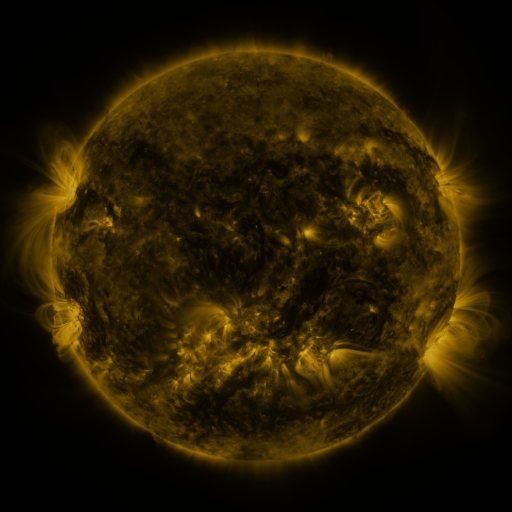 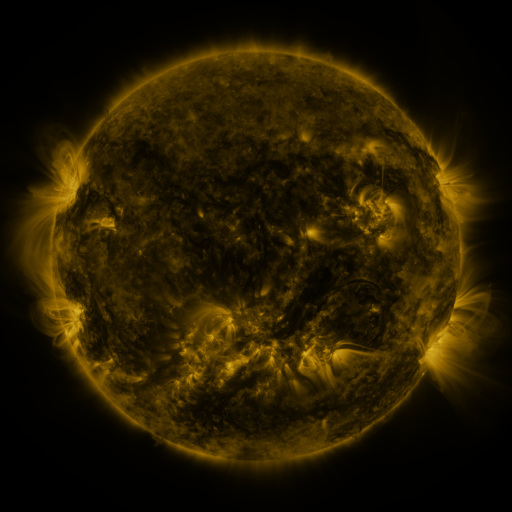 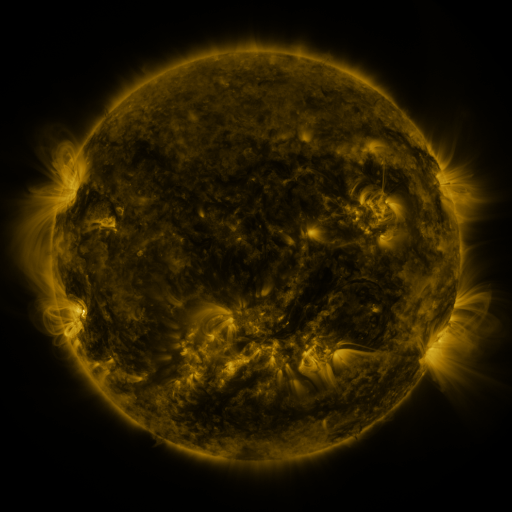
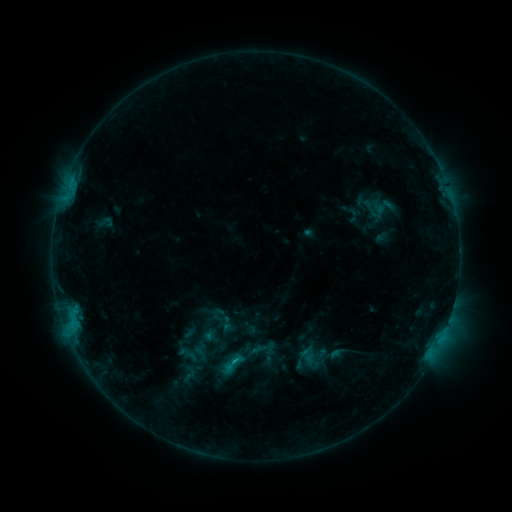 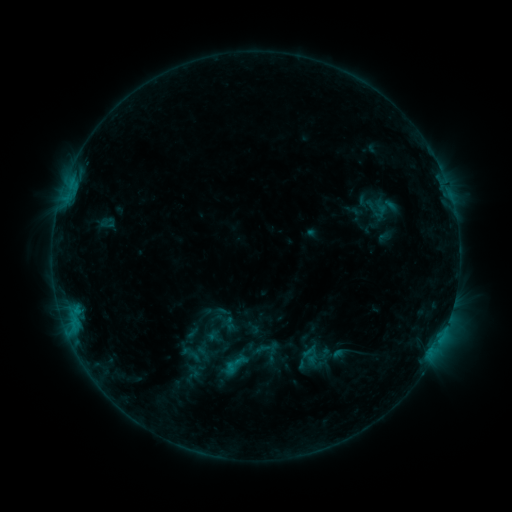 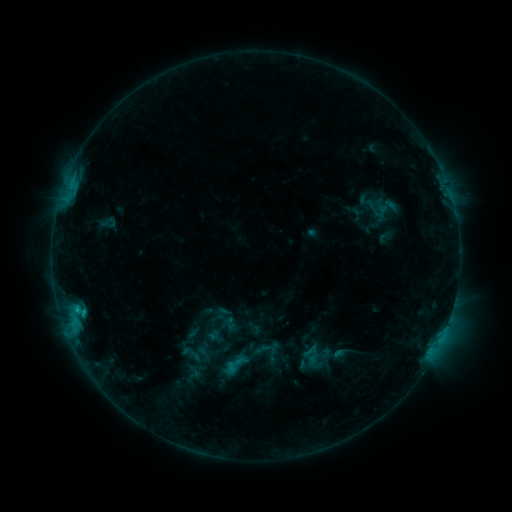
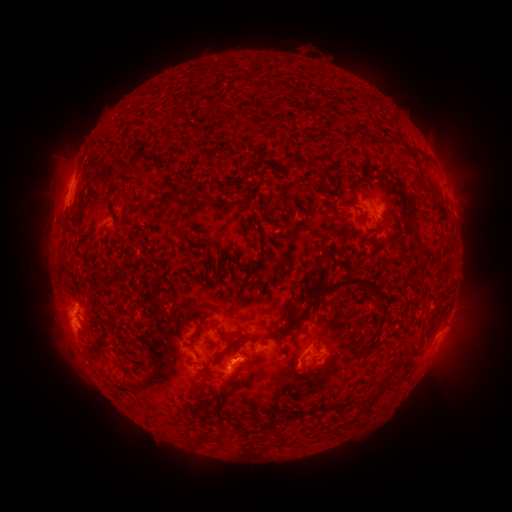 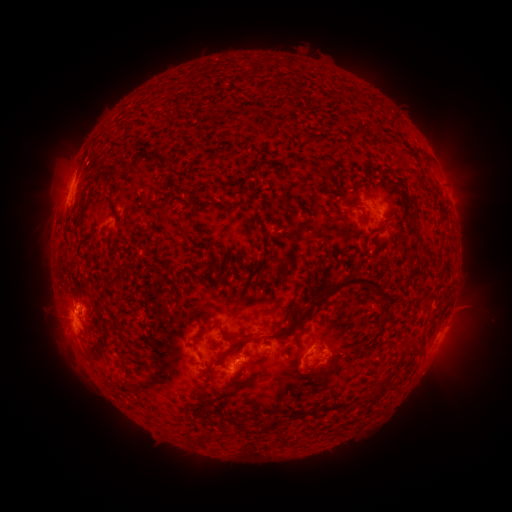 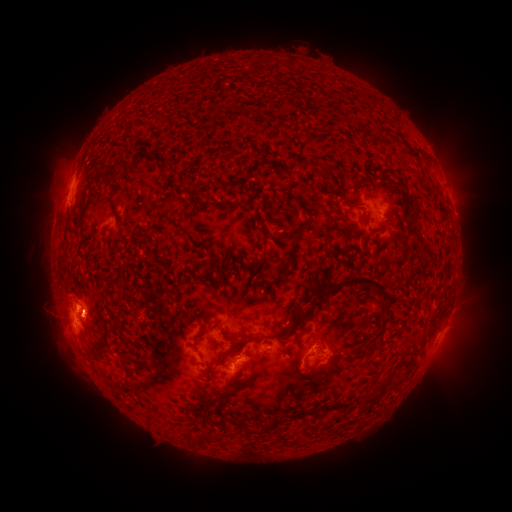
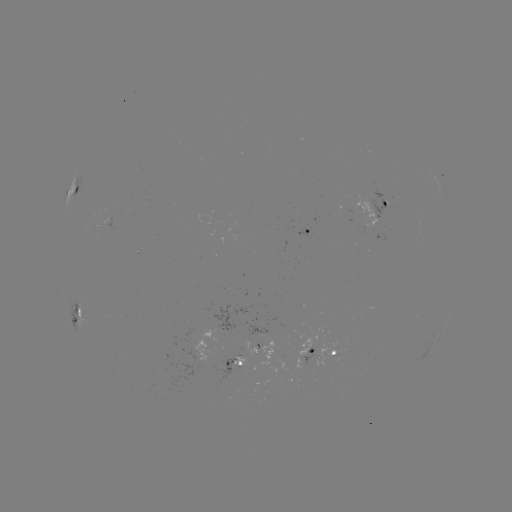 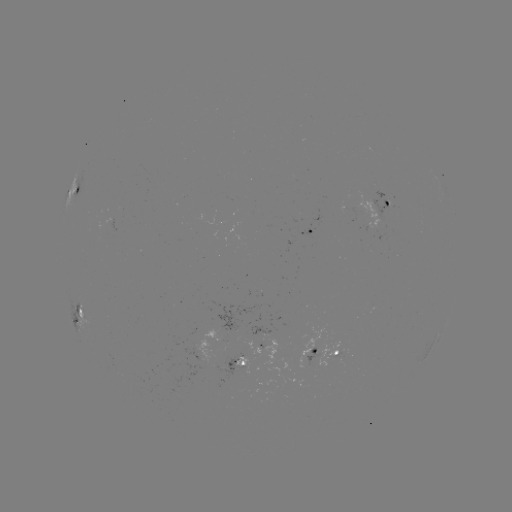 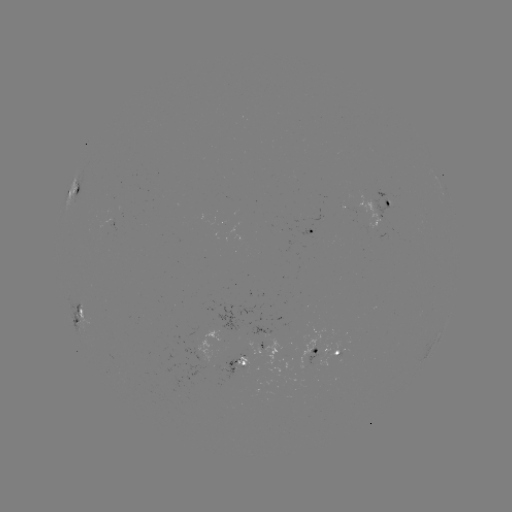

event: emerging-flux region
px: (98, 226)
